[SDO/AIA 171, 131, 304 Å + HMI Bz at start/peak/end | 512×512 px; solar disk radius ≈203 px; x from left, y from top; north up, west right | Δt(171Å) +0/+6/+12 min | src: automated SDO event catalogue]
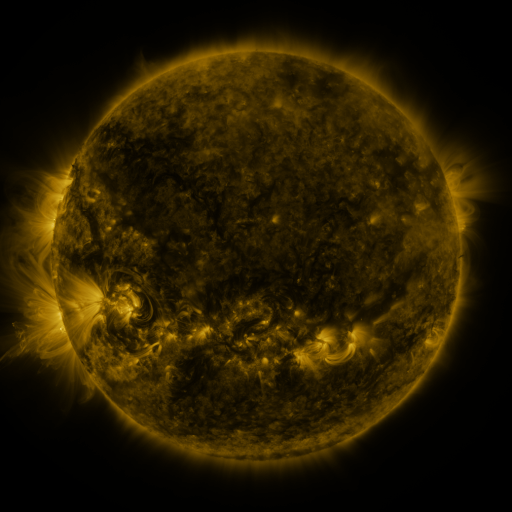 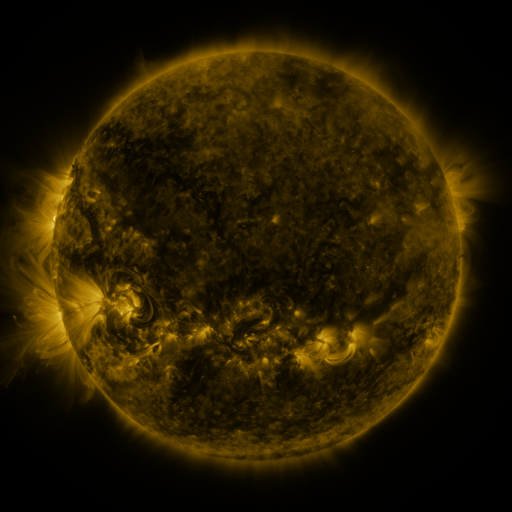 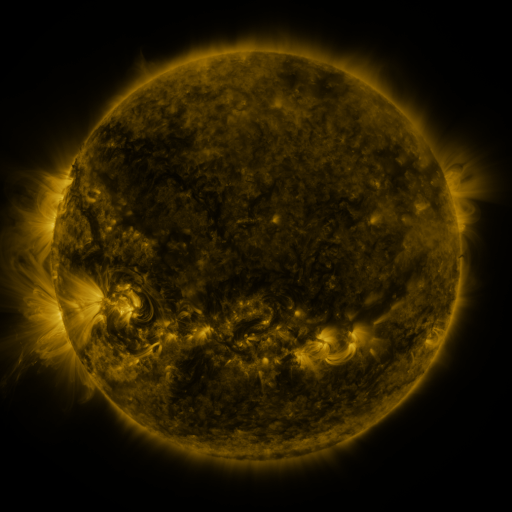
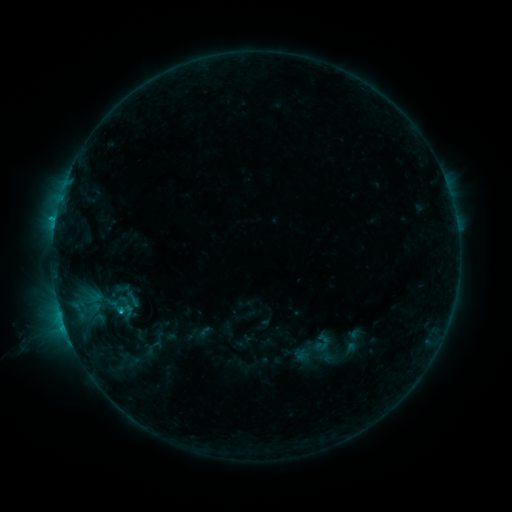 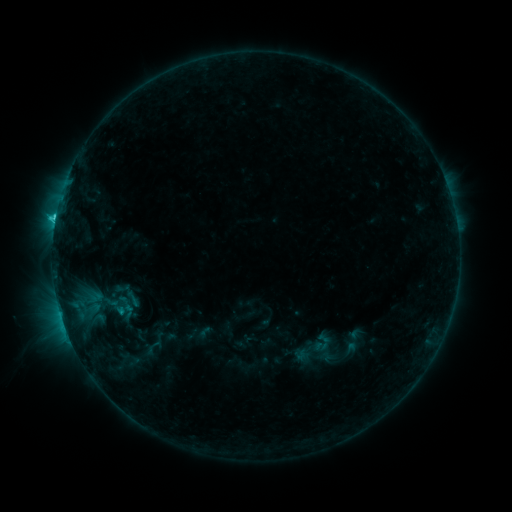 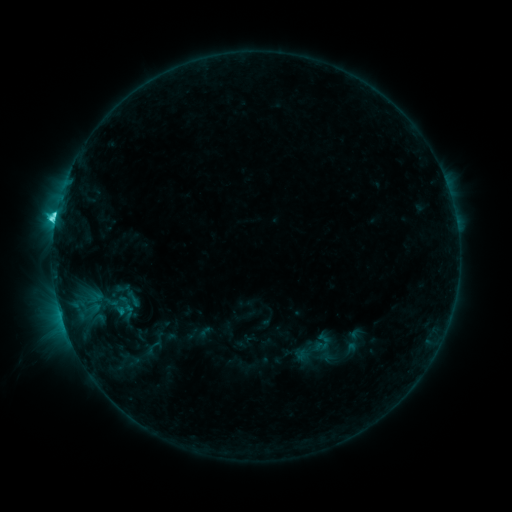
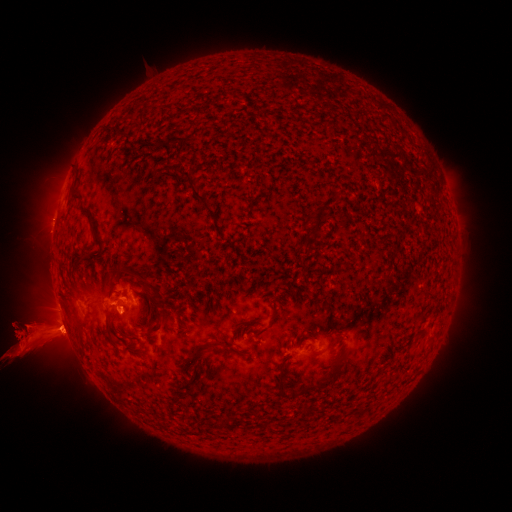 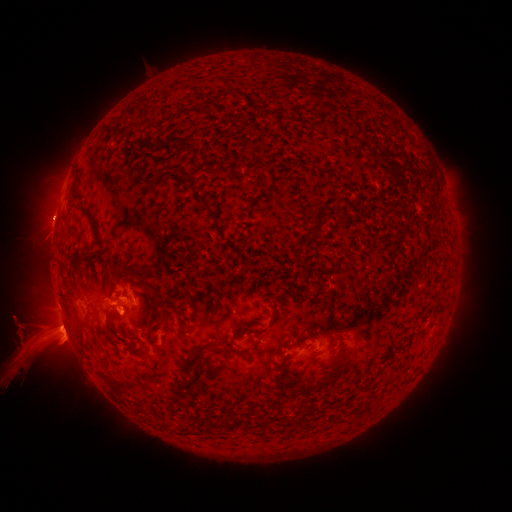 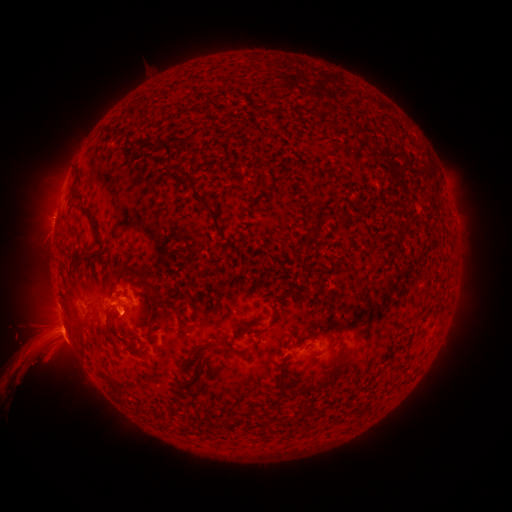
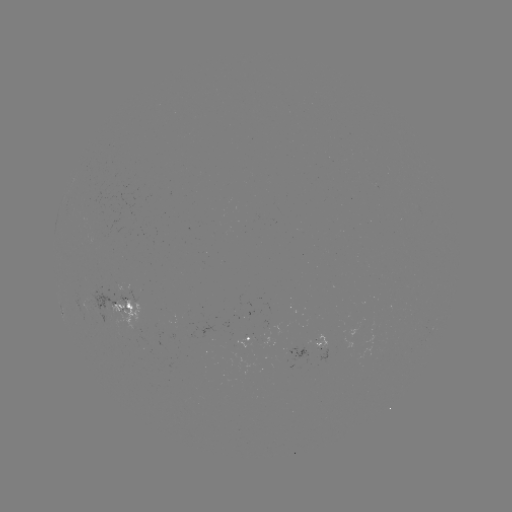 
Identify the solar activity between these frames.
eruption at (53, 219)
